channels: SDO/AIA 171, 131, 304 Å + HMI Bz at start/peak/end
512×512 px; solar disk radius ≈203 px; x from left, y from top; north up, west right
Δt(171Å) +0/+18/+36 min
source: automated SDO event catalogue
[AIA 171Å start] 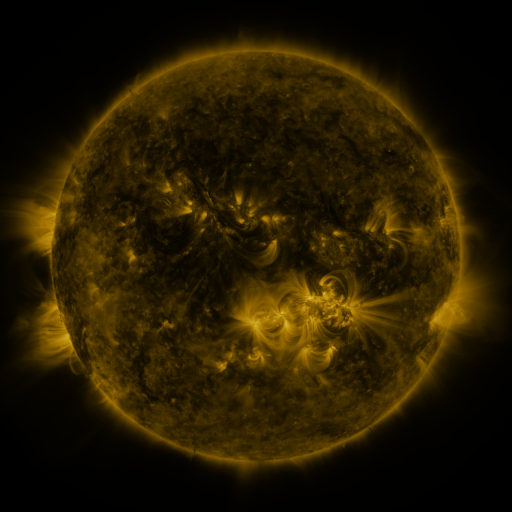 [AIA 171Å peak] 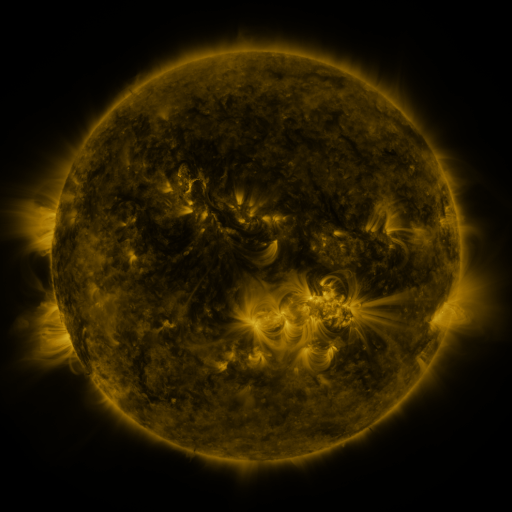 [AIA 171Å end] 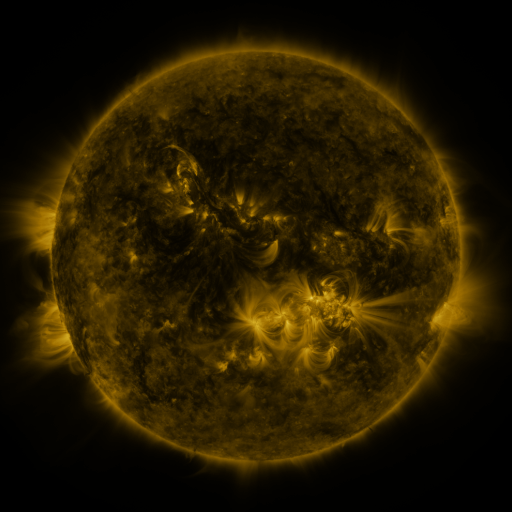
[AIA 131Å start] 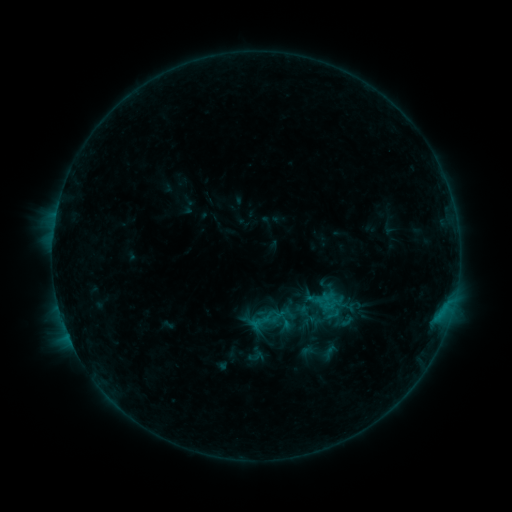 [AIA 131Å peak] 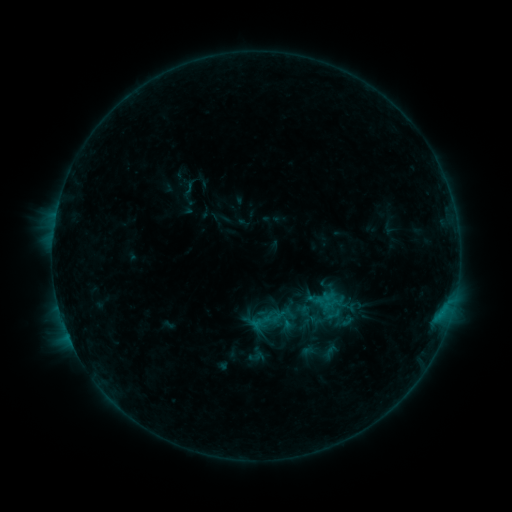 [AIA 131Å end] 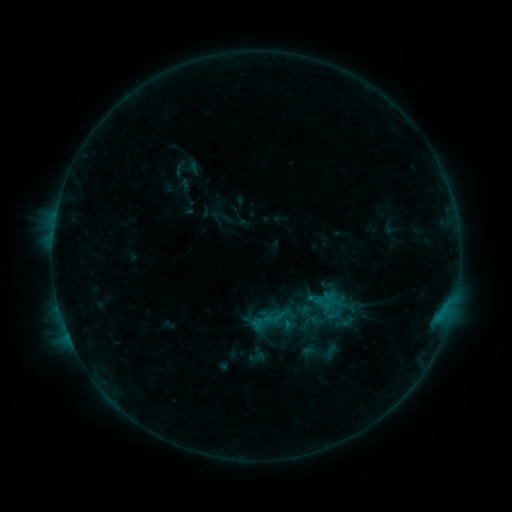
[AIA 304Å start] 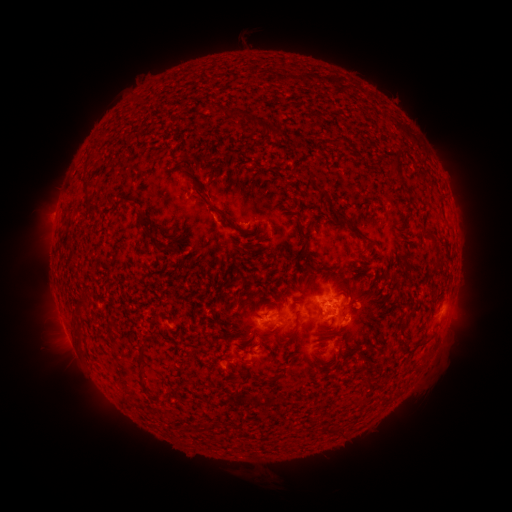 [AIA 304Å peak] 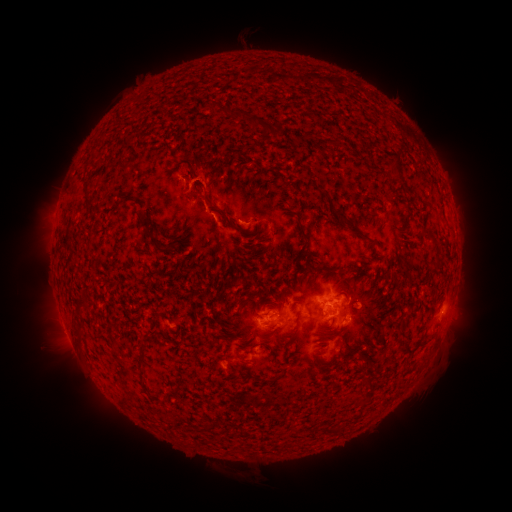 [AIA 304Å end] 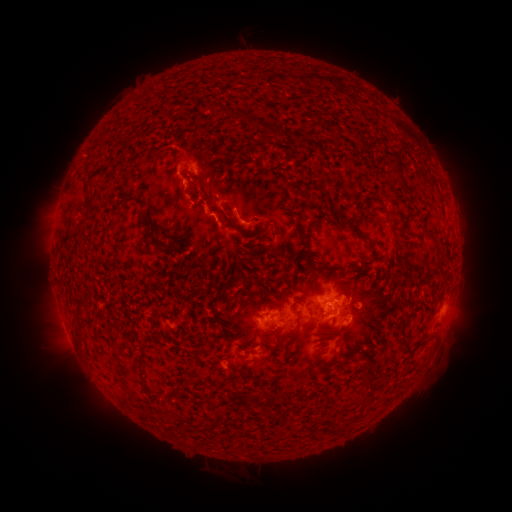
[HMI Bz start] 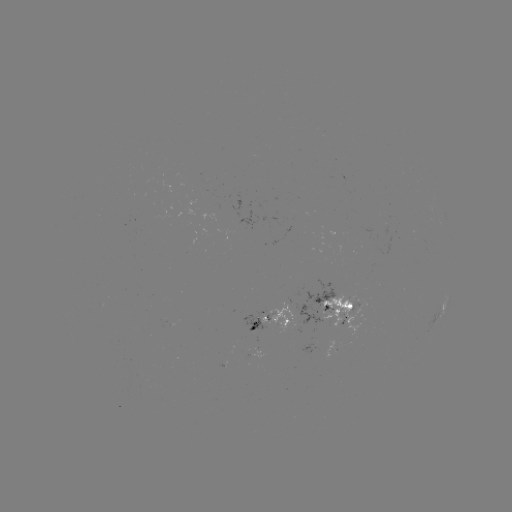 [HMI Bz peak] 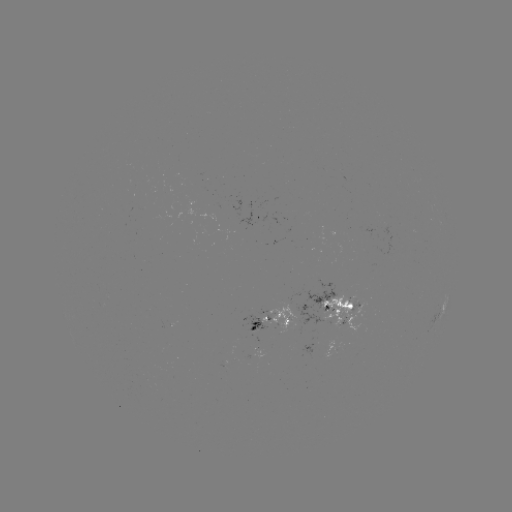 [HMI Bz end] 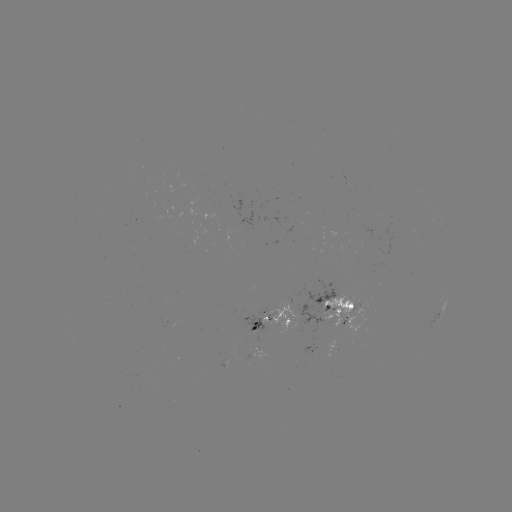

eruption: <bbox>137, 110, 255, 231</bbox>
